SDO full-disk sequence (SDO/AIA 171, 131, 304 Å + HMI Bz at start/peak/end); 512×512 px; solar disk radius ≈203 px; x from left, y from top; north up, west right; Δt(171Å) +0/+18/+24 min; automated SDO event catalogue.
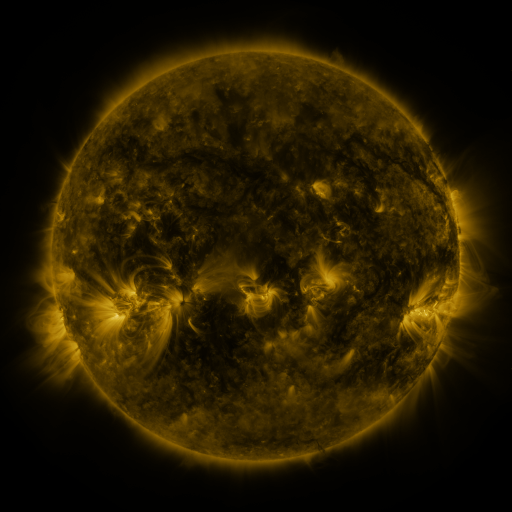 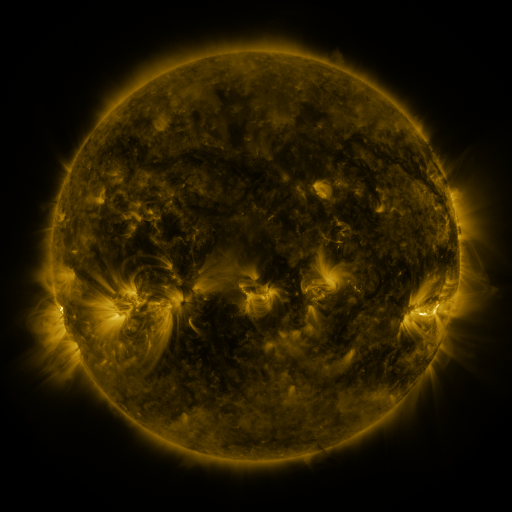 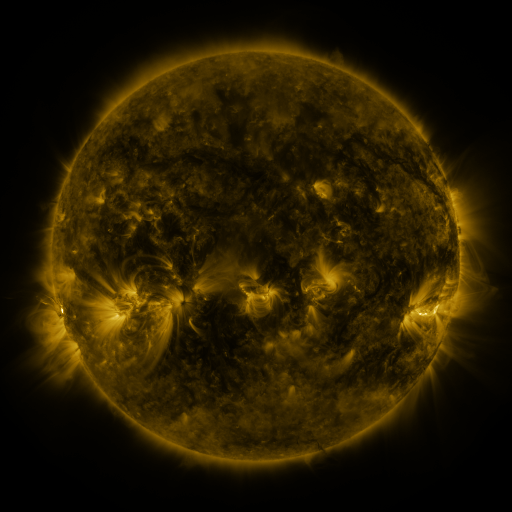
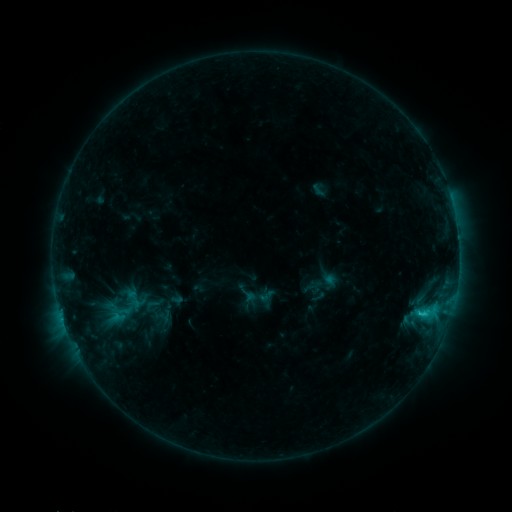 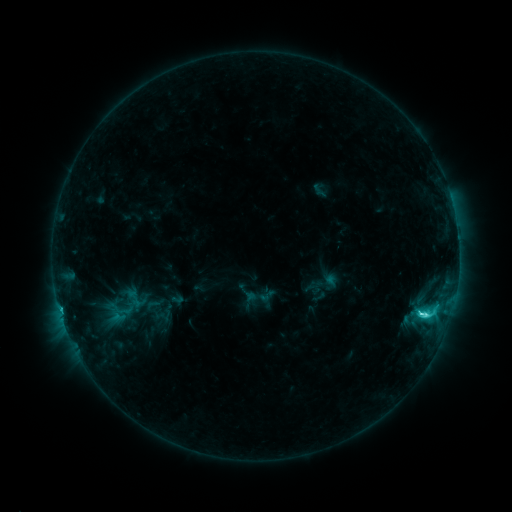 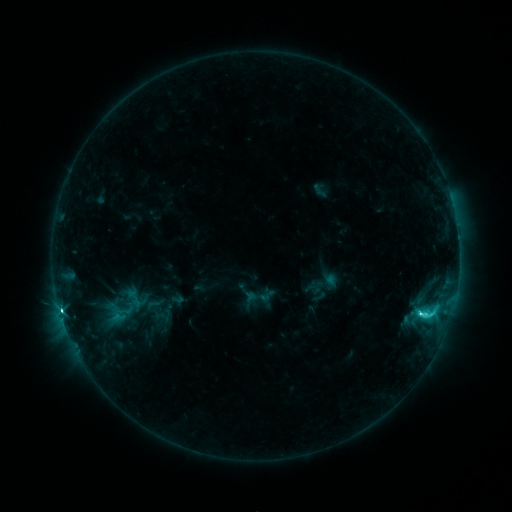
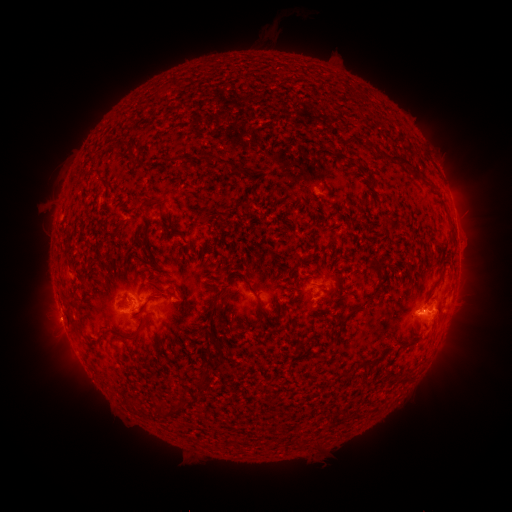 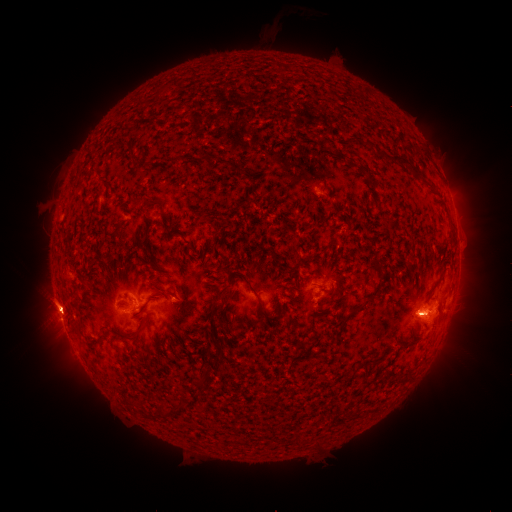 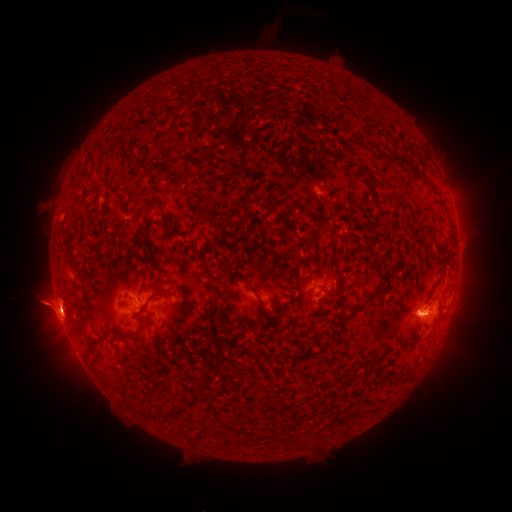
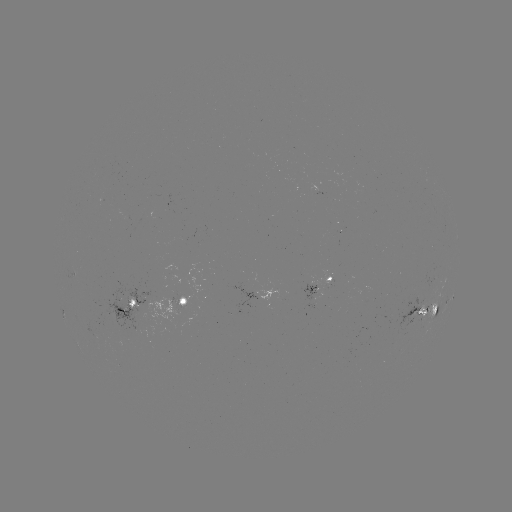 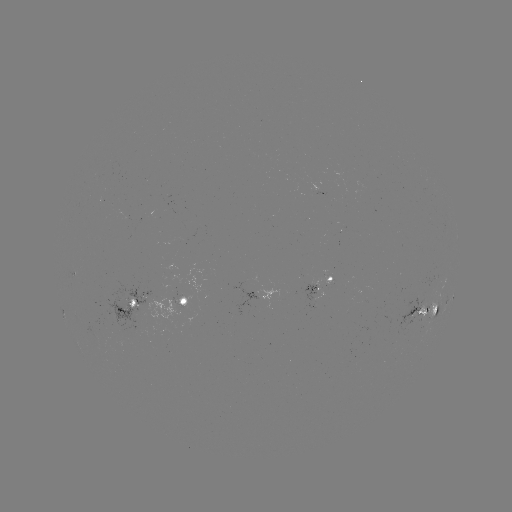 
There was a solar flare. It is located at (421, 312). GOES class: M1.3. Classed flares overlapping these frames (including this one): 1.